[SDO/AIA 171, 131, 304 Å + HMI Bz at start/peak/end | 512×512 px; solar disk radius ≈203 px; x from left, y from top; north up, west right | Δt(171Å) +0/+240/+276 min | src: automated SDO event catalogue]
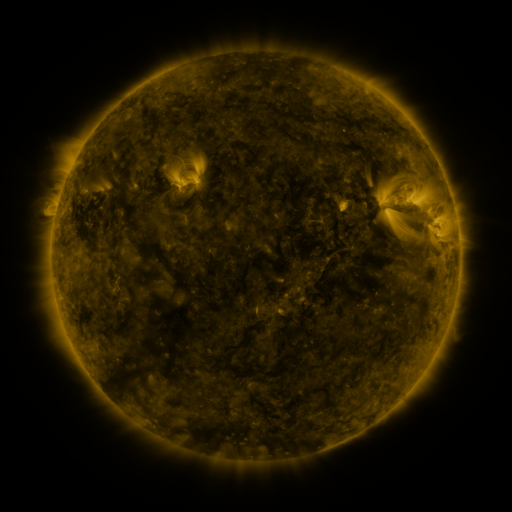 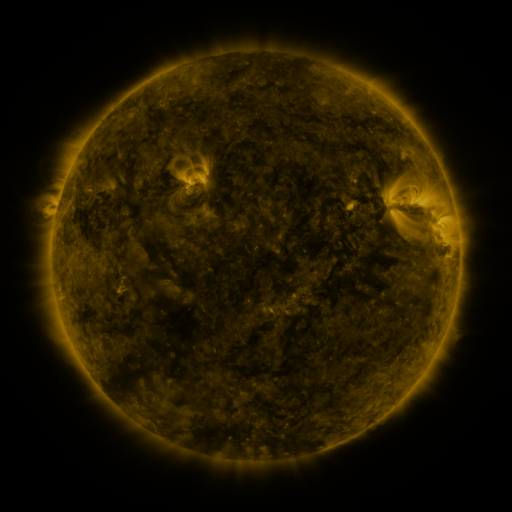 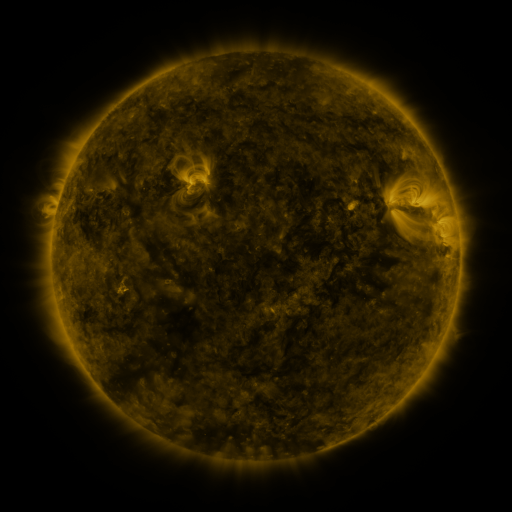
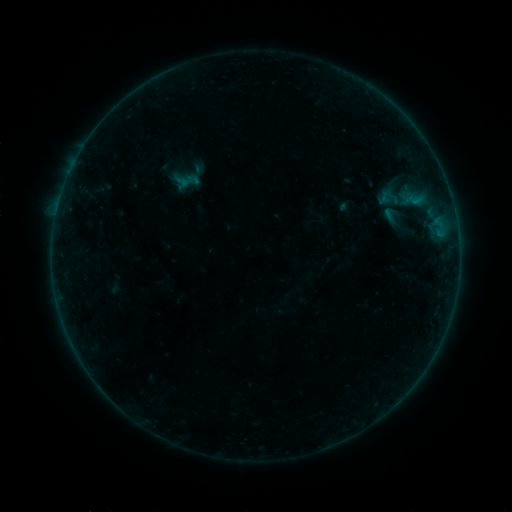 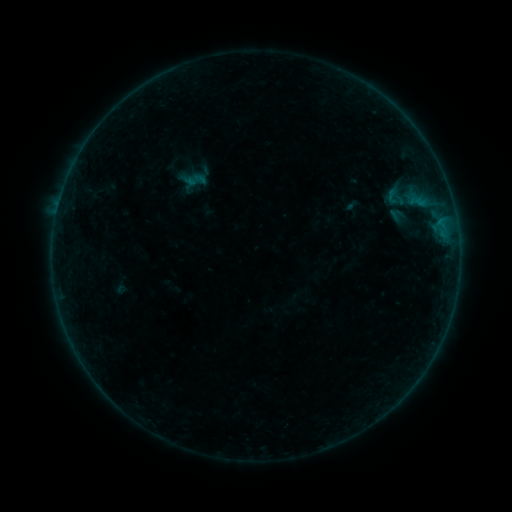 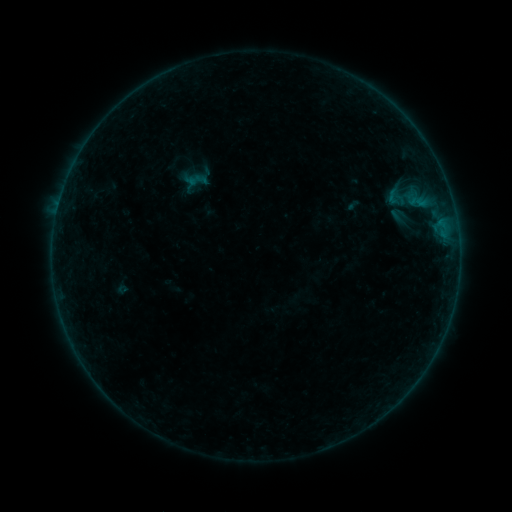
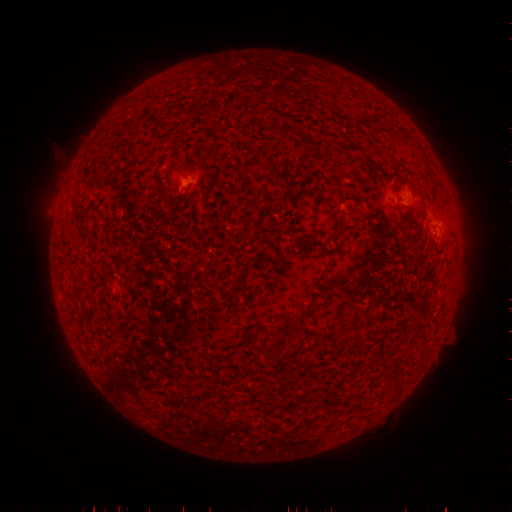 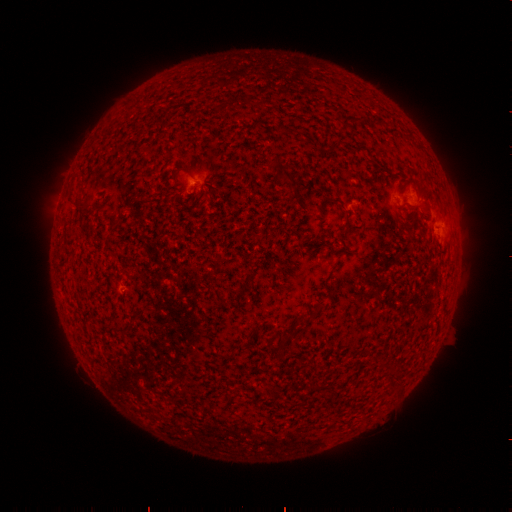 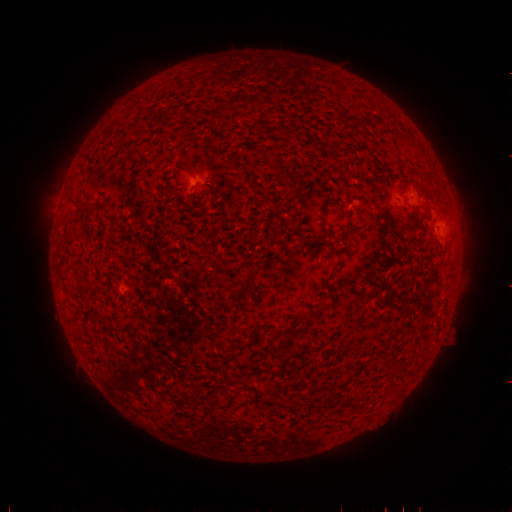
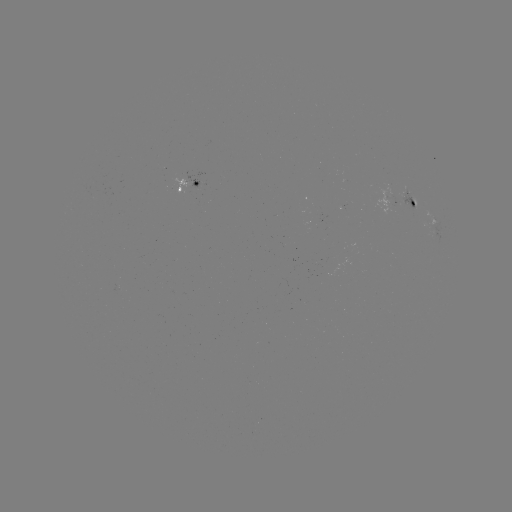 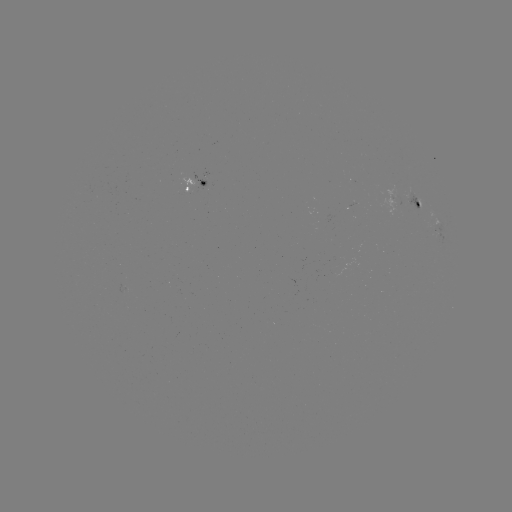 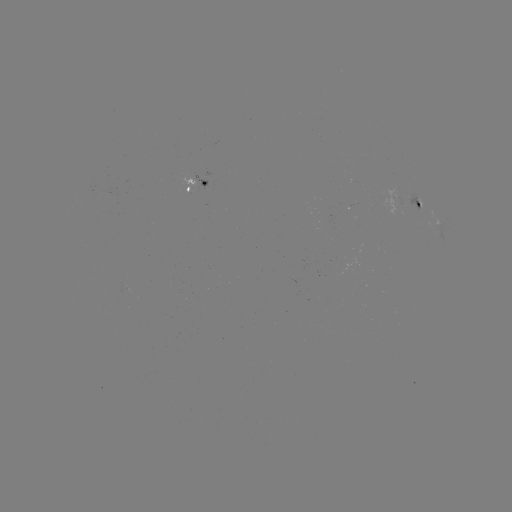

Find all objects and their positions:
emerging-flux region: (122, 289)
